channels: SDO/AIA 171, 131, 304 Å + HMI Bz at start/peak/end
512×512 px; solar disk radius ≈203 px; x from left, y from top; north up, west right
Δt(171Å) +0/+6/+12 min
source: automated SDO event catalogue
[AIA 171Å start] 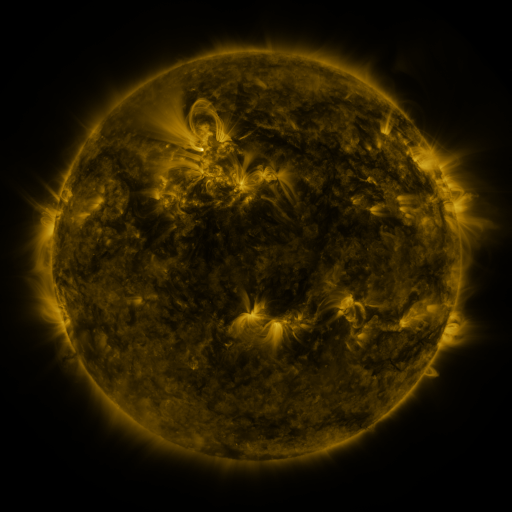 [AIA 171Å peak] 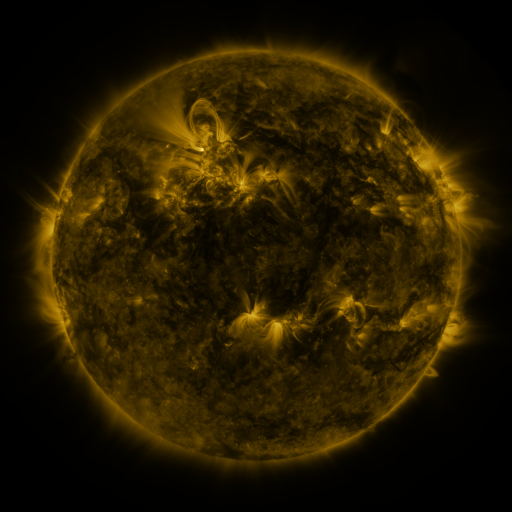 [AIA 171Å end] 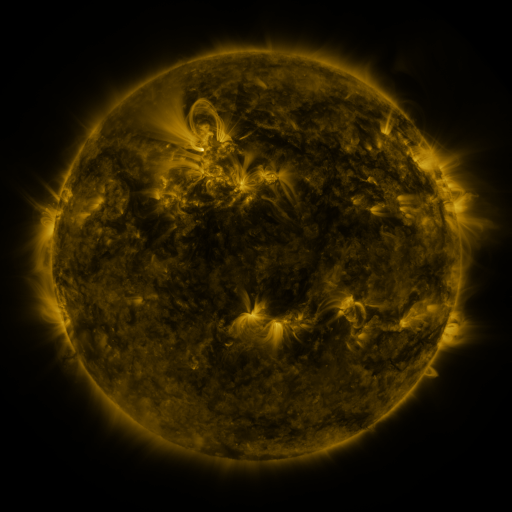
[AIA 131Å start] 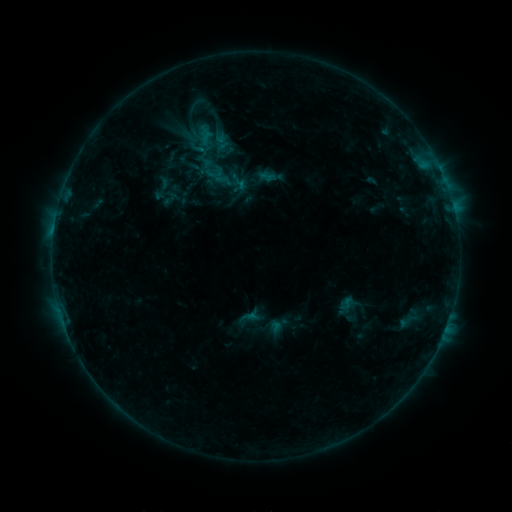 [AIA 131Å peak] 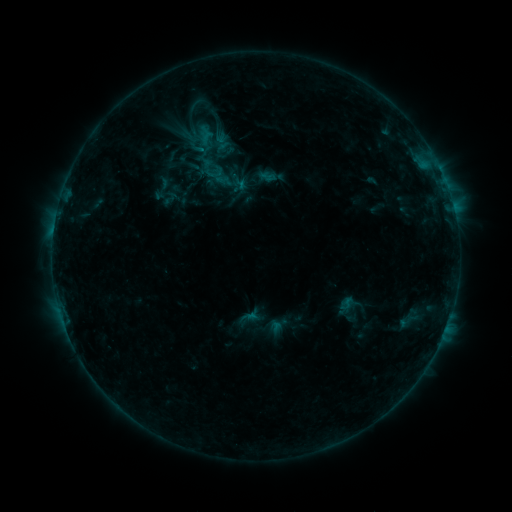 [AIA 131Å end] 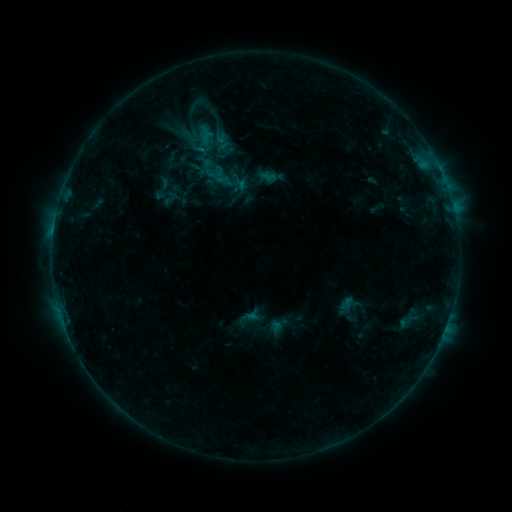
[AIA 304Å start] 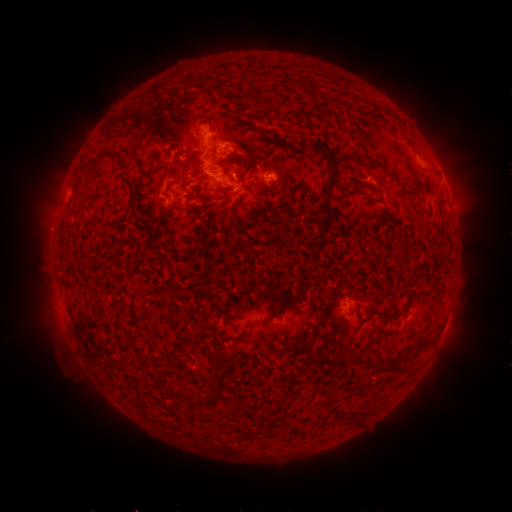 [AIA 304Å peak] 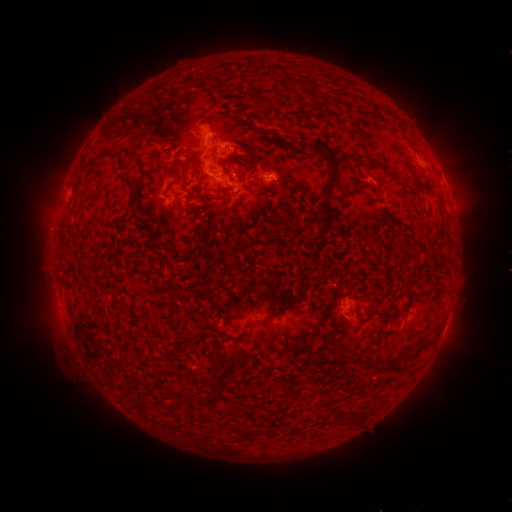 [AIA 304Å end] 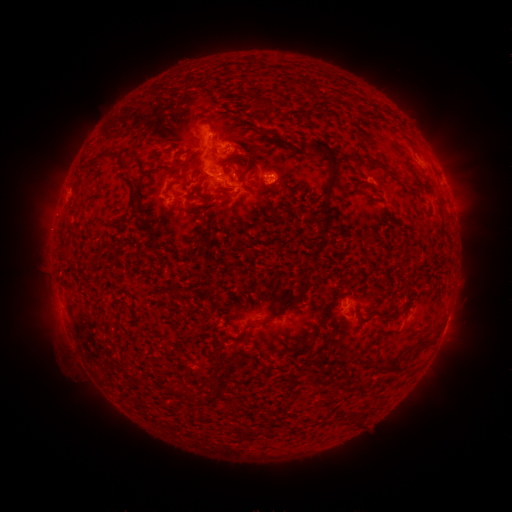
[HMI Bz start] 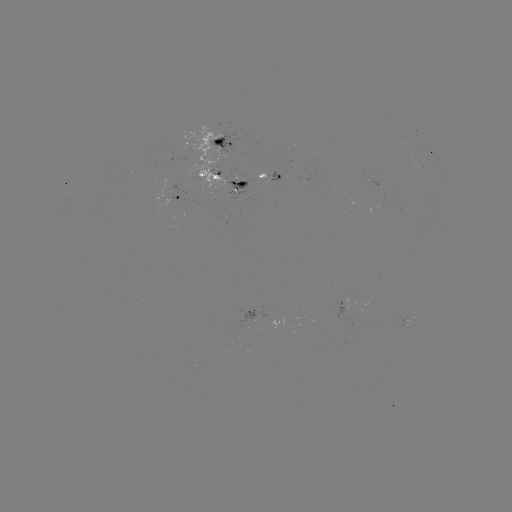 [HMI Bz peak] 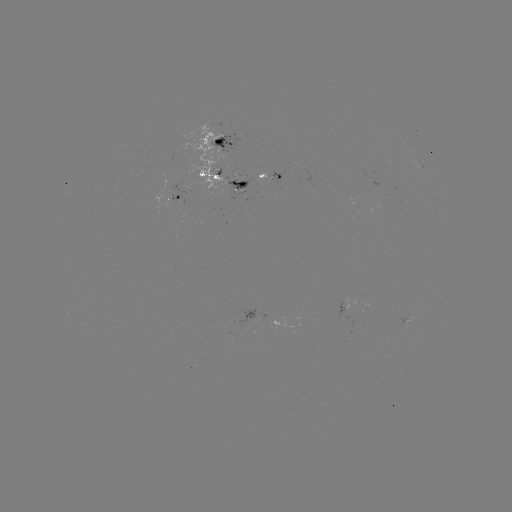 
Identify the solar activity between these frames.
no flare in any classed list; no EUV-trigger detection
